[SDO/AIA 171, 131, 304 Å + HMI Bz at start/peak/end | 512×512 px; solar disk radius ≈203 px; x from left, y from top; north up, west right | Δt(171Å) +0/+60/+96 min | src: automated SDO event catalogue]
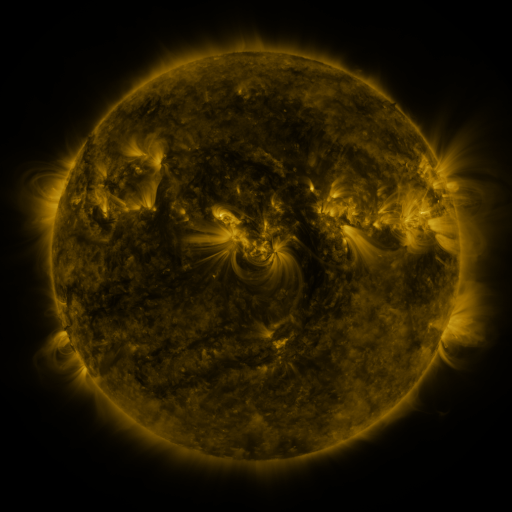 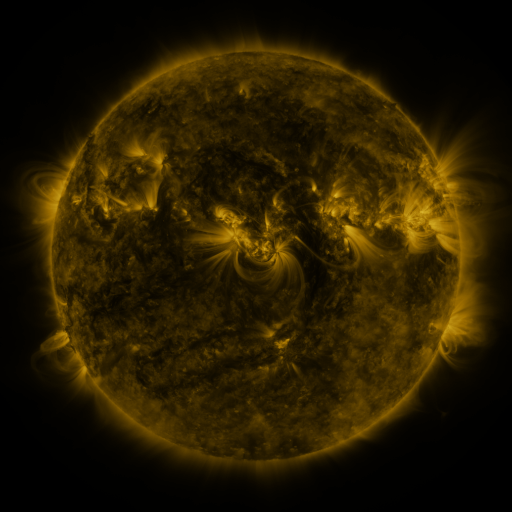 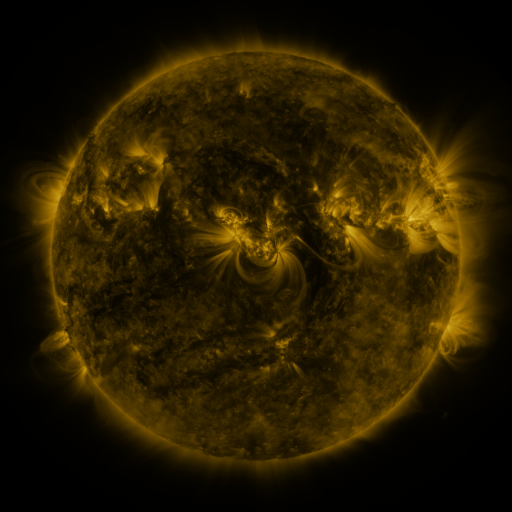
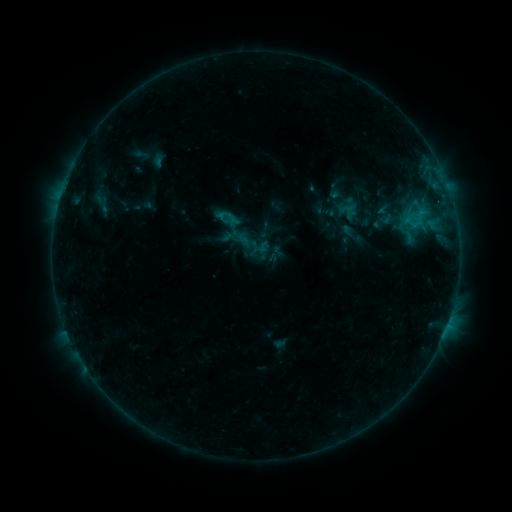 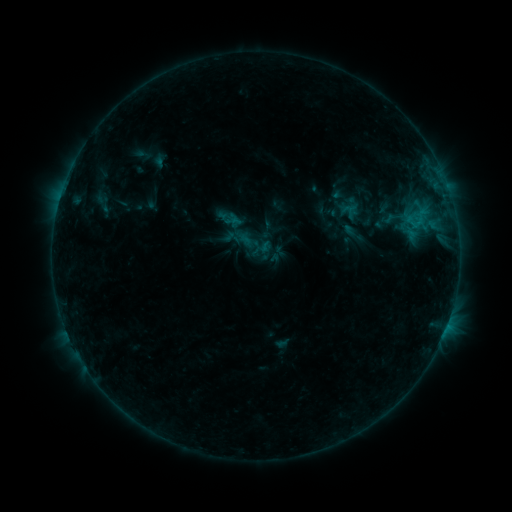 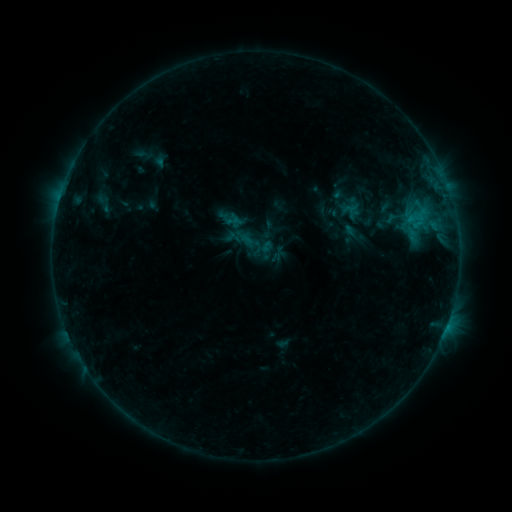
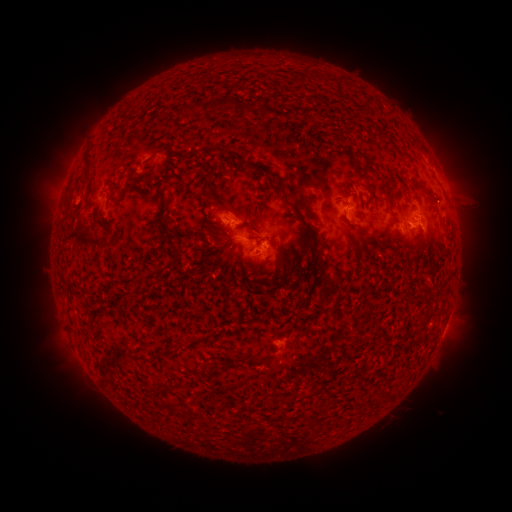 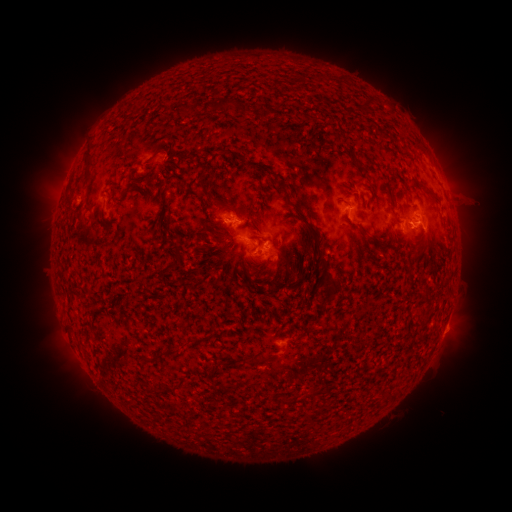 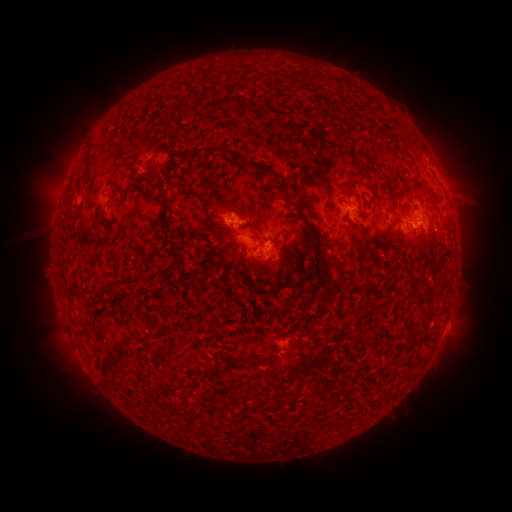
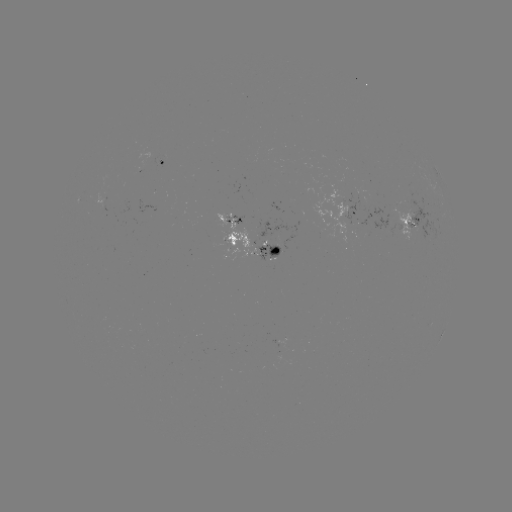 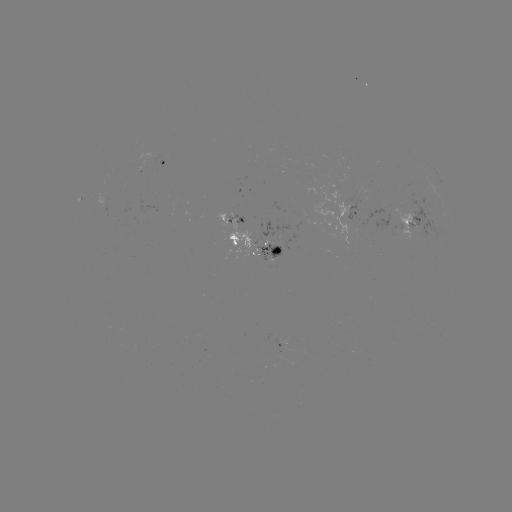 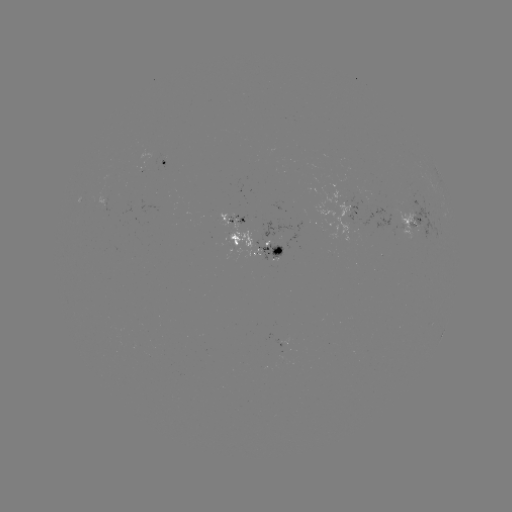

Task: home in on emerging-flux region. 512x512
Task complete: (151, 159).